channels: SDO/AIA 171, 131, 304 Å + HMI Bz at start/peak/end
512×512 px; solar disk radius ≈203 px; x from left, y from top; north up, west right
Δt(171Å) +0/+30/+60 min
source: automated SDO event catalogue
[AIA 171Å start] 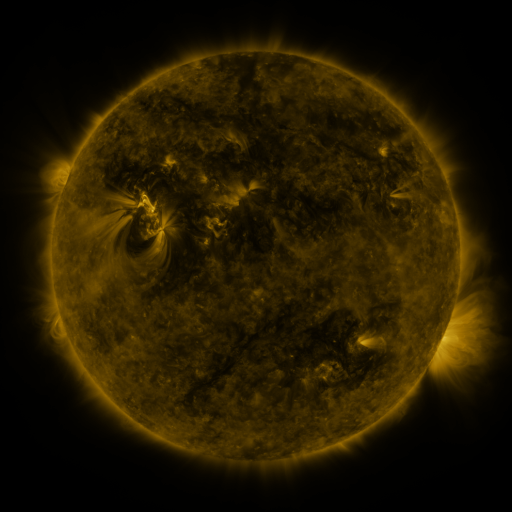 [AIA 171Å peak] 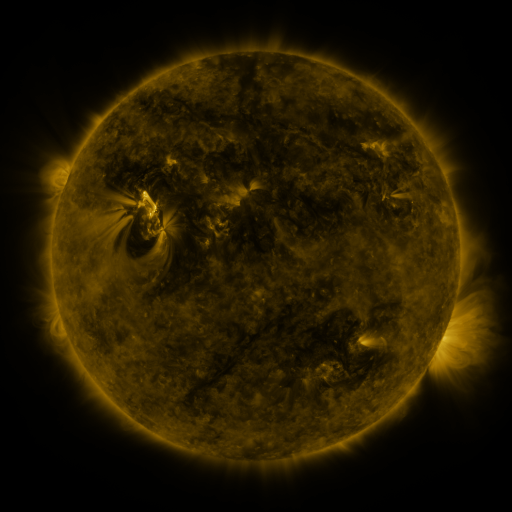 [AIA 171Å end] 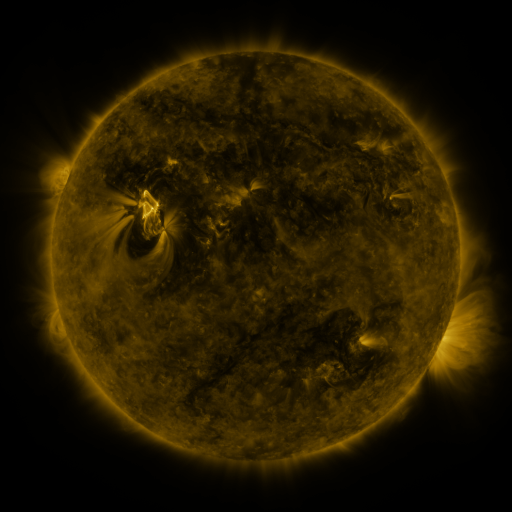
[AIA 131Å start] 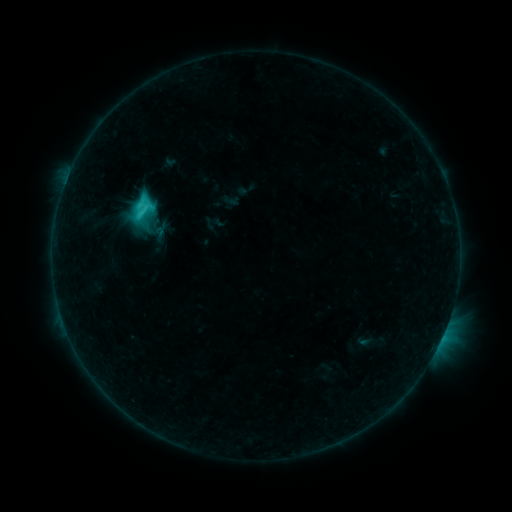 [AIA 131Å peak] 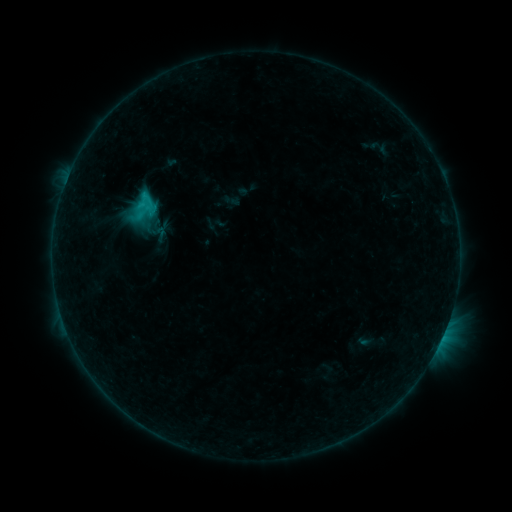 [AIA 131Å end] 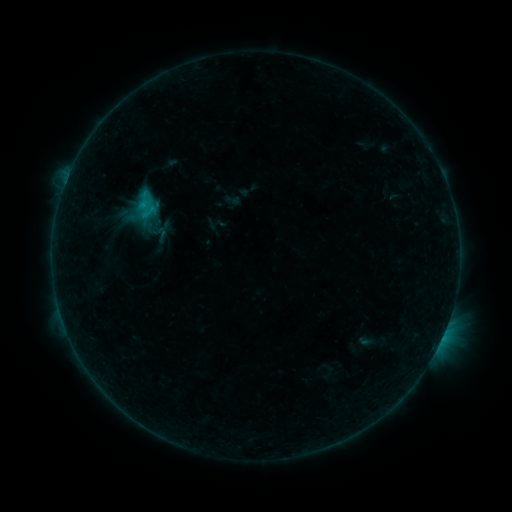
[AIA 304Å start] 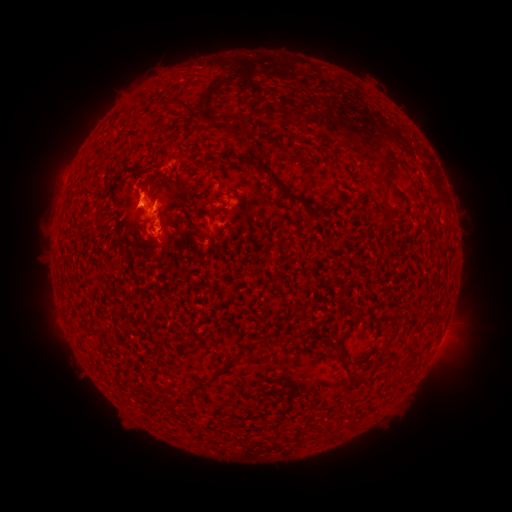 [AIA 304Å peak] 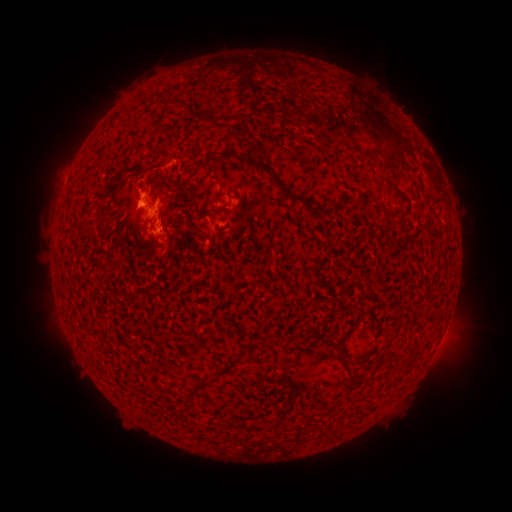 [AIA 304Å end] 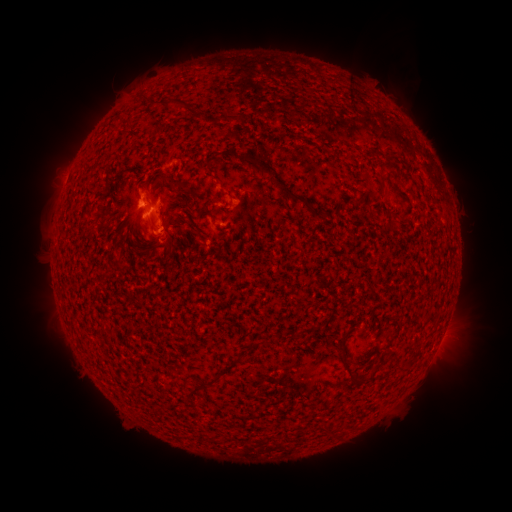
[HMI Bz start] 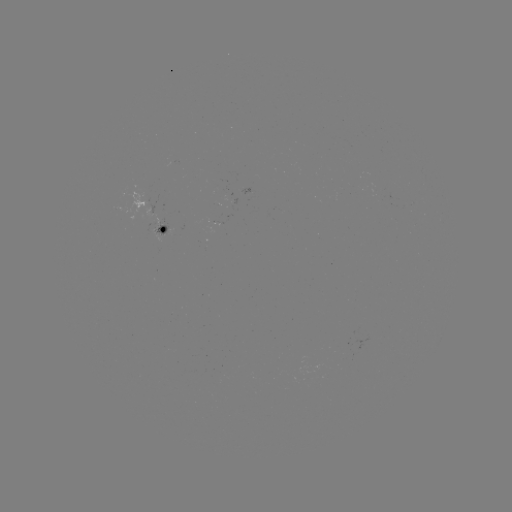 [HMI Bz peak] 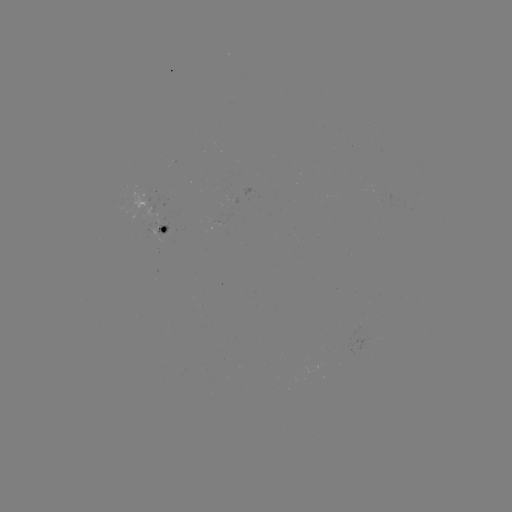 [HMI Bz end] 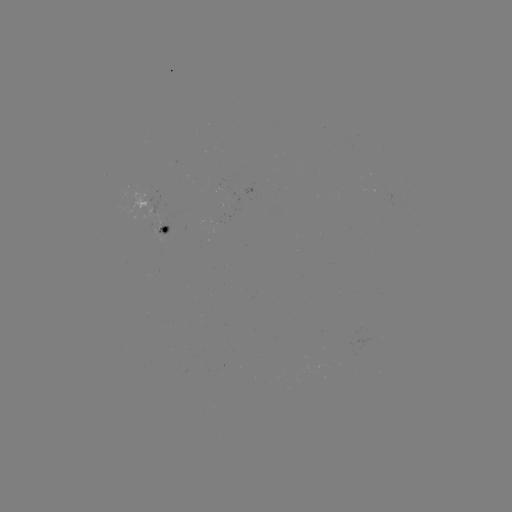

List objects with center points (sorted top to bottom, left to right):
eruption: (380, 111)
